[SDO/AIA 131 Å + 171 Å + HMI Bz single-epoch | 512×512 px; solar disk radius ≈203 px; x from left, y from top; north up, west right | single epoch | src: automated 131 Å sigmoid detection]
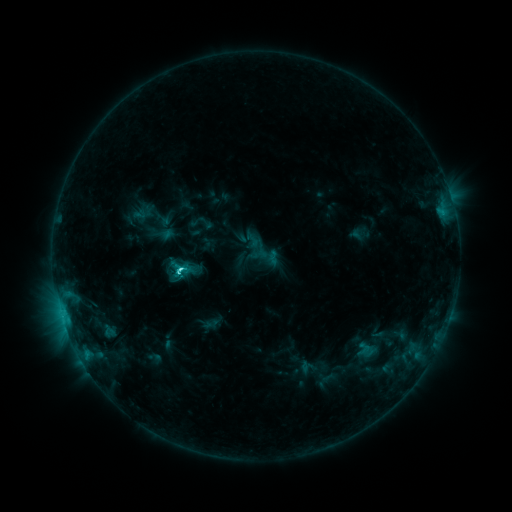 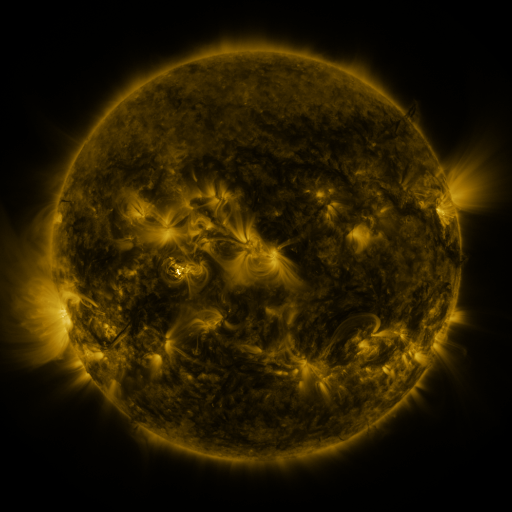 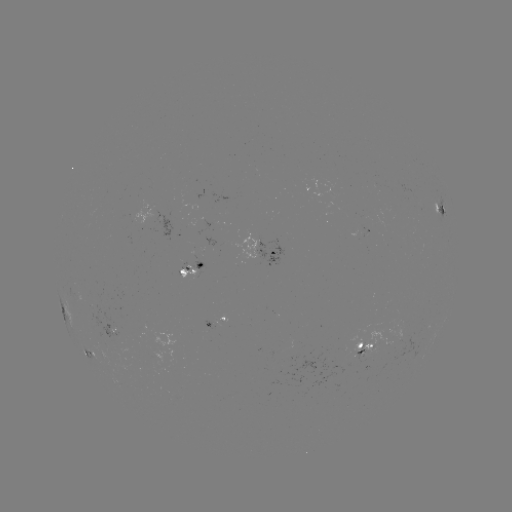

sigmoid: <bbox>175, 258, 195, 280</bbox>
